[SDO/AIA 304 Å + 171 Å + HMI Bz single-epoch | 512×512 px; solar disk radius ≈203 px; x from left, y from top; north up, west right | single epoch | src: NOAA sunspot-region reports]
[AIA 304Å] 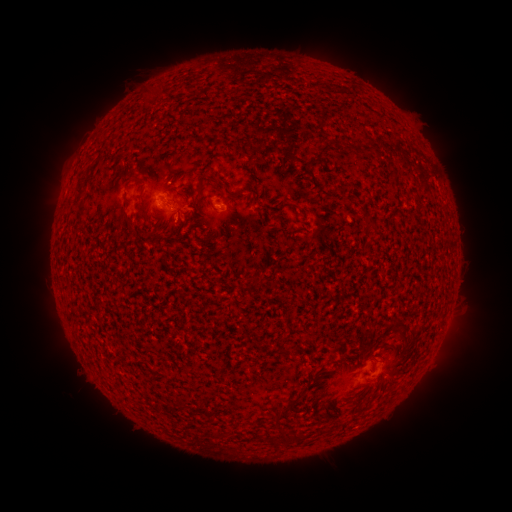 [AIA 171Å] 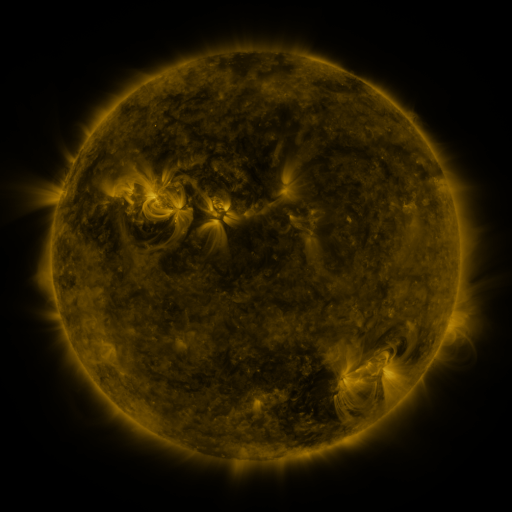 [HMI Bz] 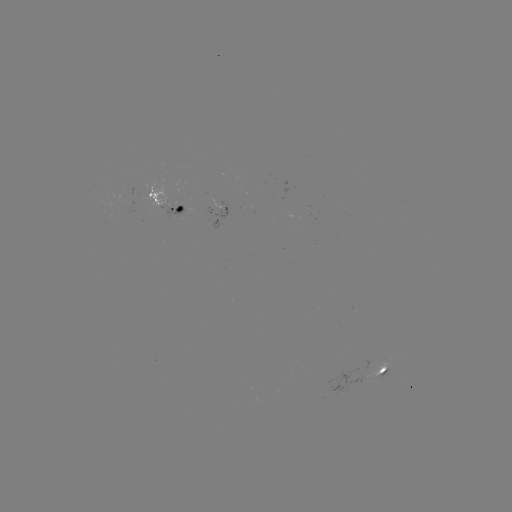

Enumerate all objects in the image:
spotted active region: (170, 200)
spotted active region: (381, 374)
